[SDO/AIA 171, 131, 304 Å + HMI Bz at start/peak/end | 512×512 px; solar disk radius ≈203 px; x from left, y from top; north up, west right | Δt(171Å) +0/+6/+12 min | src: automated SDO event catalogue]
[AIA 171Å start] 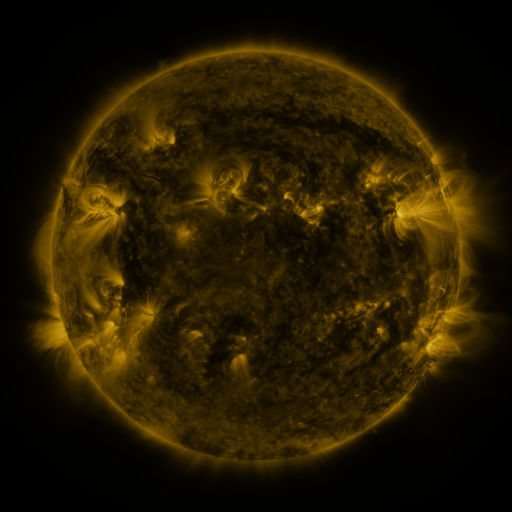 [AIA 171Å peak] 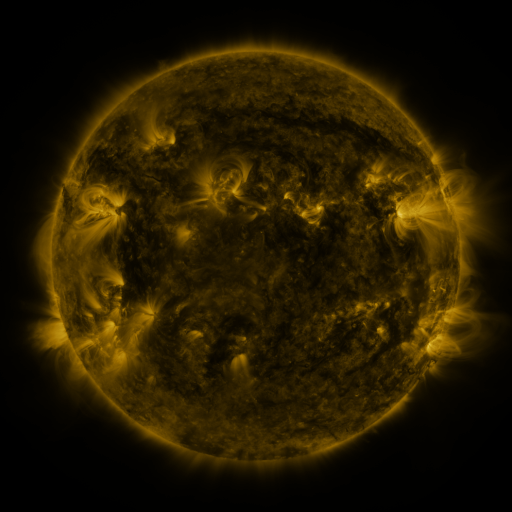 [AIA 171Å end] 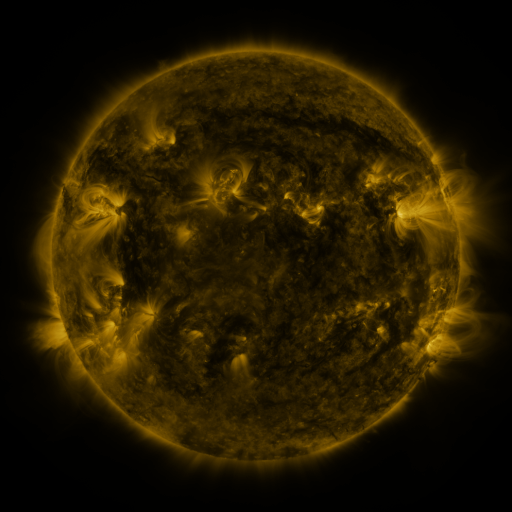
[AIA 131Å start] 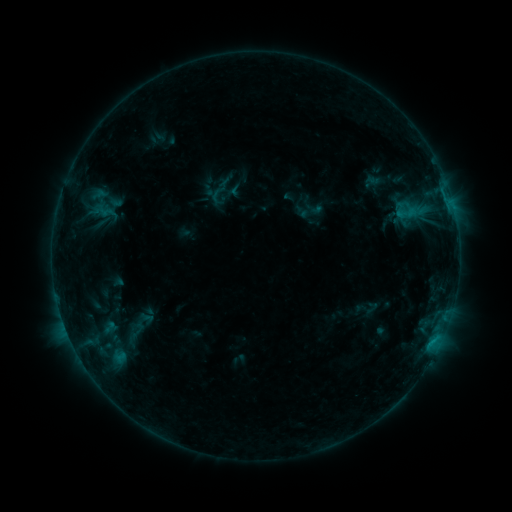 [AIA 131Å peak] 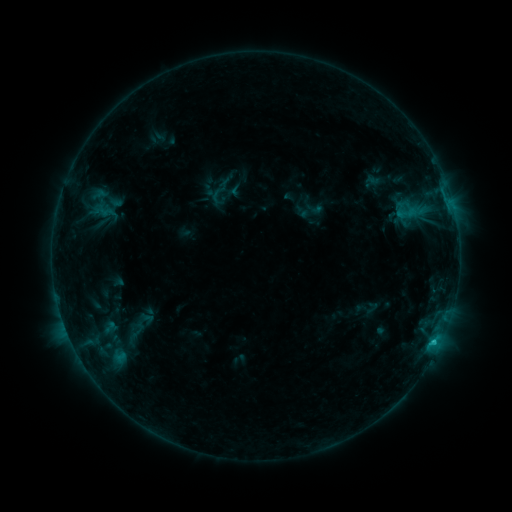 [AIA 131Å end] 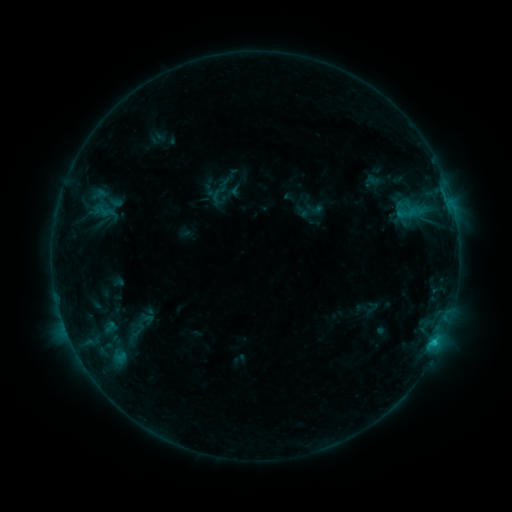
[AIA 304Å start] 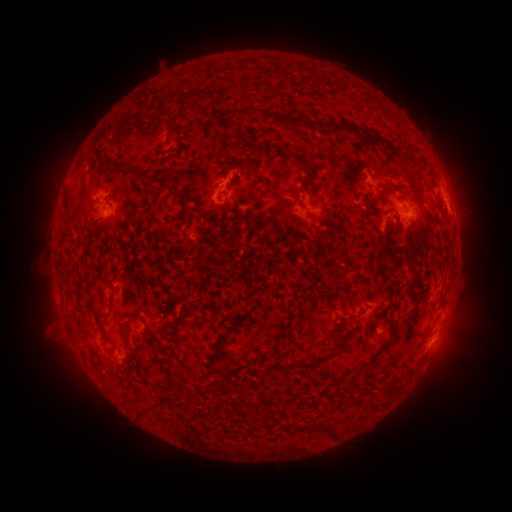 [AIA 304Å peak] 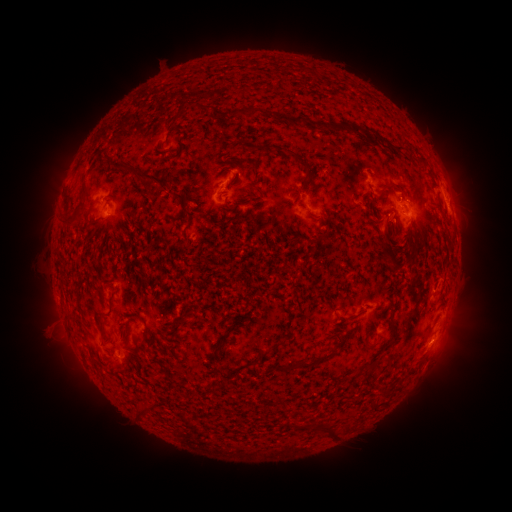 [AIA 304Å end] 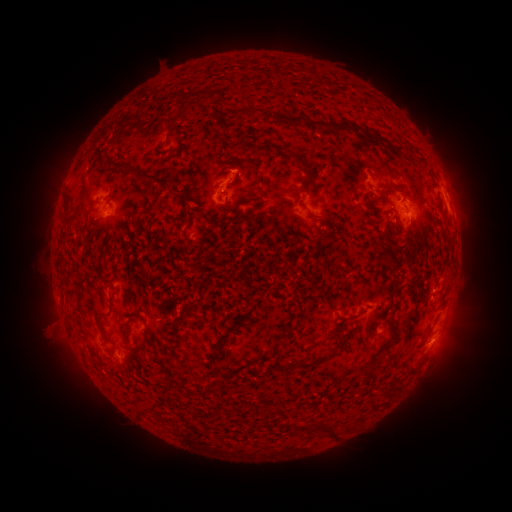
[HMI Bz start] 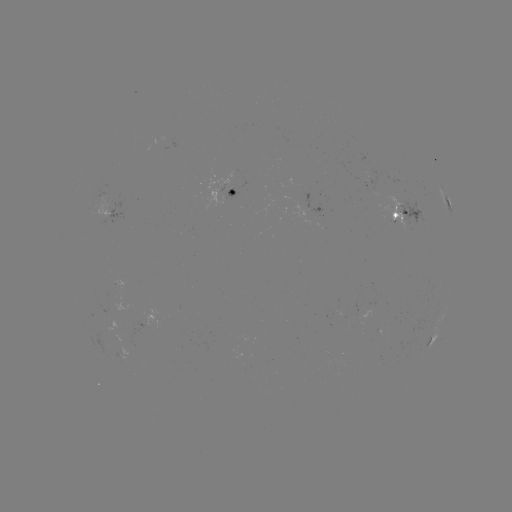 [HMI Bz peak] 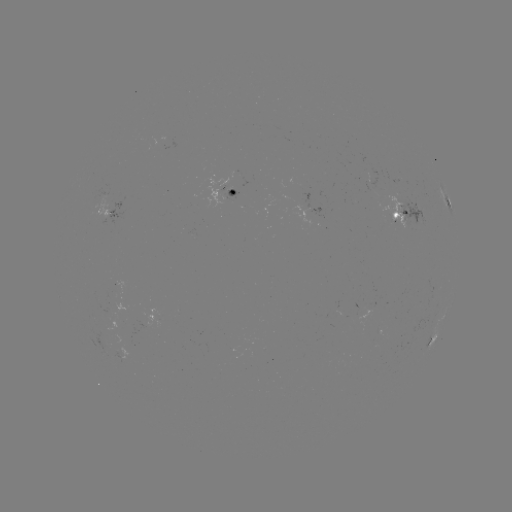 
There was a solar flare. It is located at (434, 340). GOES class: B7.1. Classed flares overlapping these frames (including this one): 1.